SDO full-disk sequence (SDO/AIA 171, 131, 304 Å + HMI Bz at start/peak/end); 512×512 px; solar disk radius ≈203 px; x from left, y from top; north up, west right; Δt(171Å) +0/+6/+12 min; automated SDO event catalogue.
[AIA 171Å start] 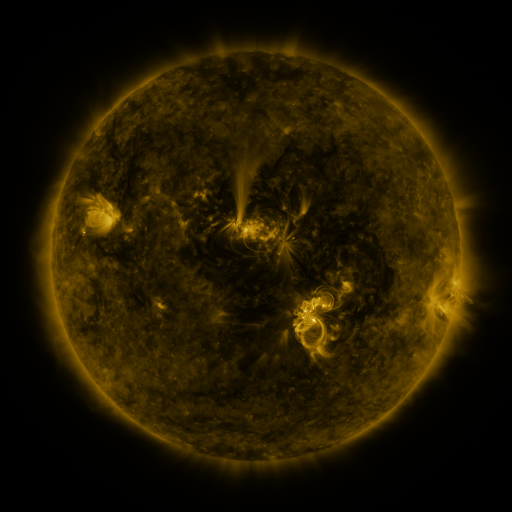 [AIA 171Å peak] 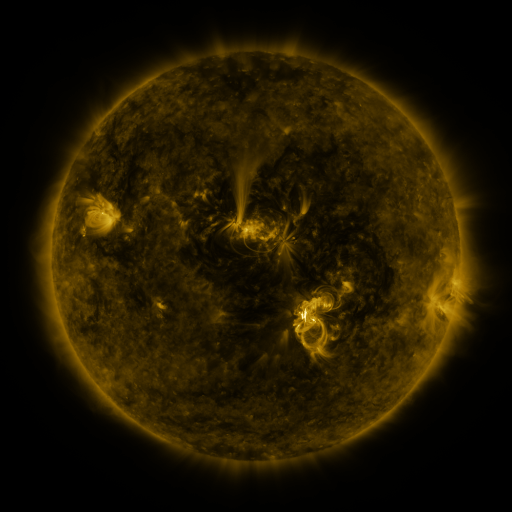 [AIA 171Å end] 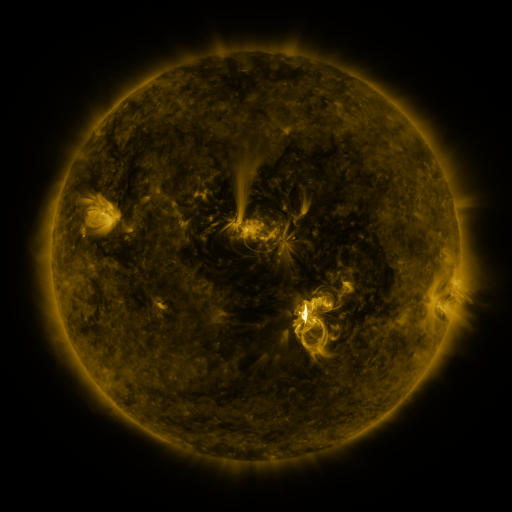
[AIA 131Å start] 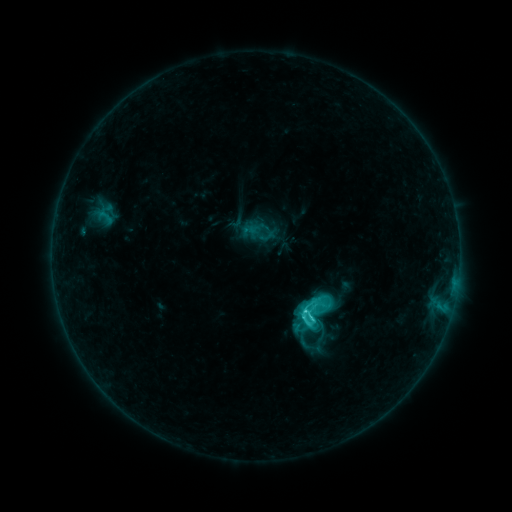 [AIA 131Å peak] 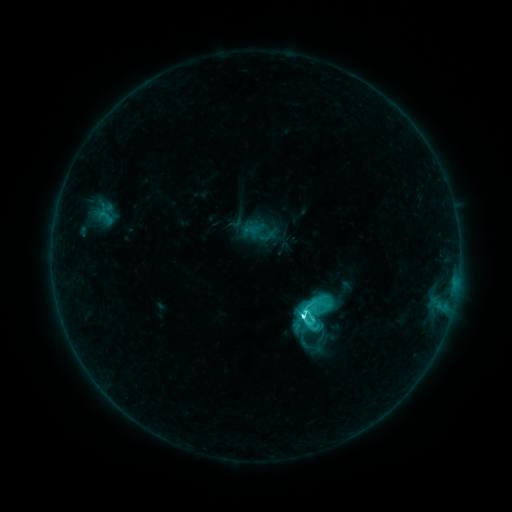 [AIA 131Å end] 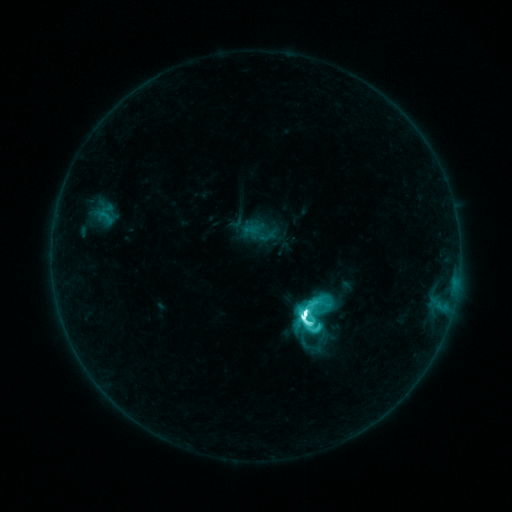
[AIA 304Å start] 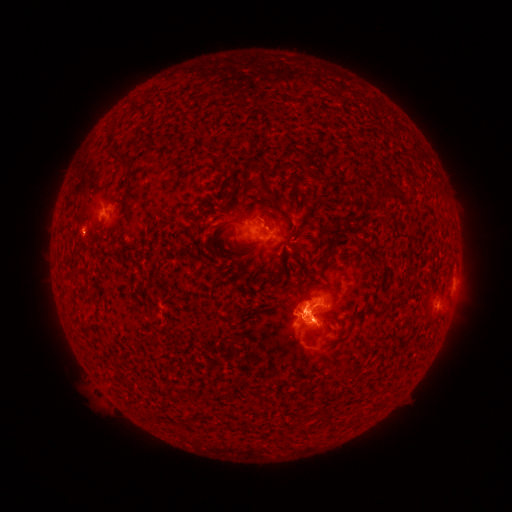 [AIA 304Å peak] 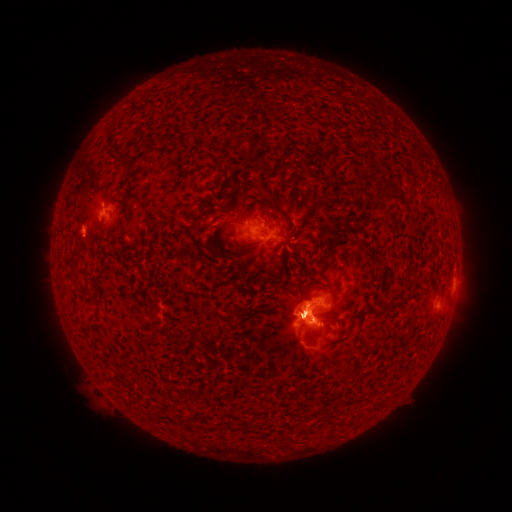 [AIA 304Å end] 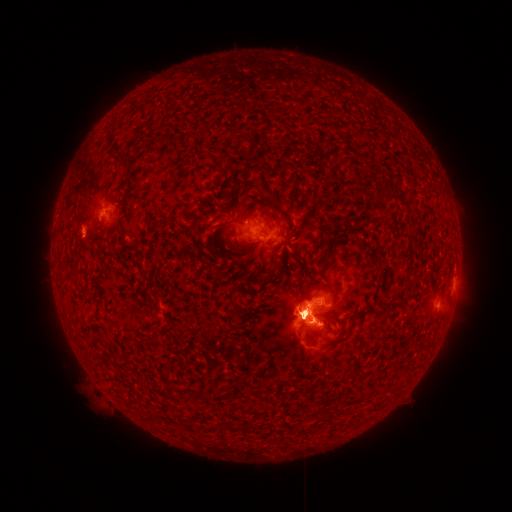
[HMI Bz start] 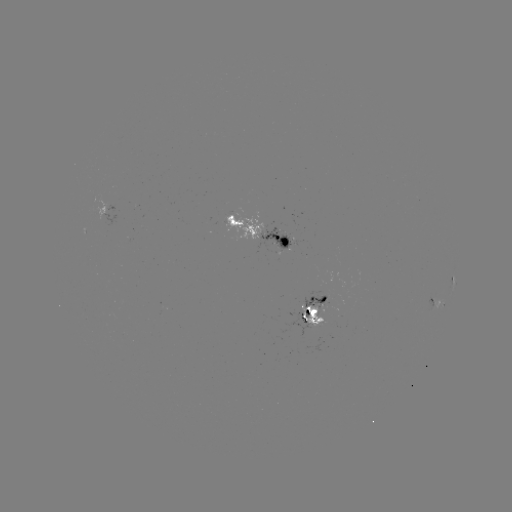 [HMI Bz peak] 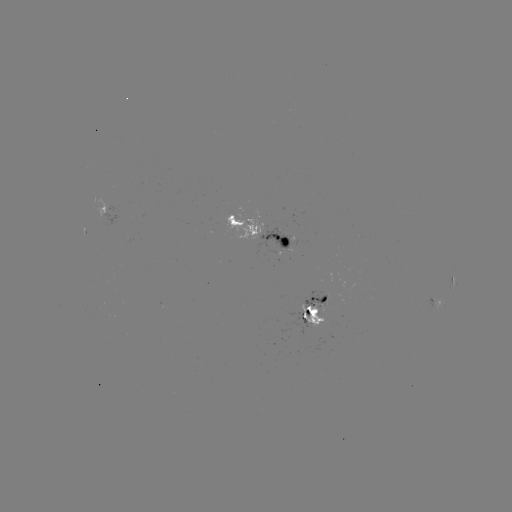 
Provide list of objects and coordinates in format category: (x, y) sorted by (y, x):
M4.2 flare: (304, 312)
